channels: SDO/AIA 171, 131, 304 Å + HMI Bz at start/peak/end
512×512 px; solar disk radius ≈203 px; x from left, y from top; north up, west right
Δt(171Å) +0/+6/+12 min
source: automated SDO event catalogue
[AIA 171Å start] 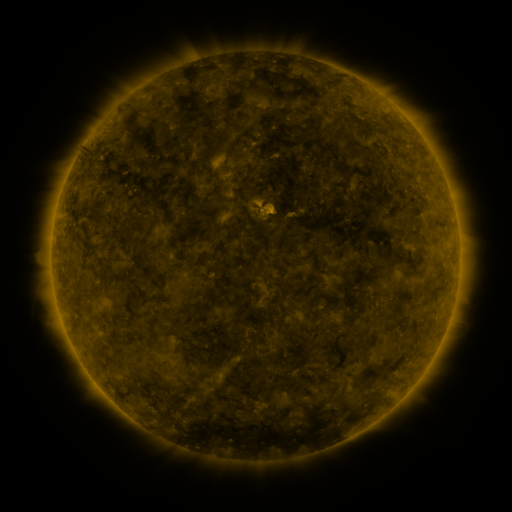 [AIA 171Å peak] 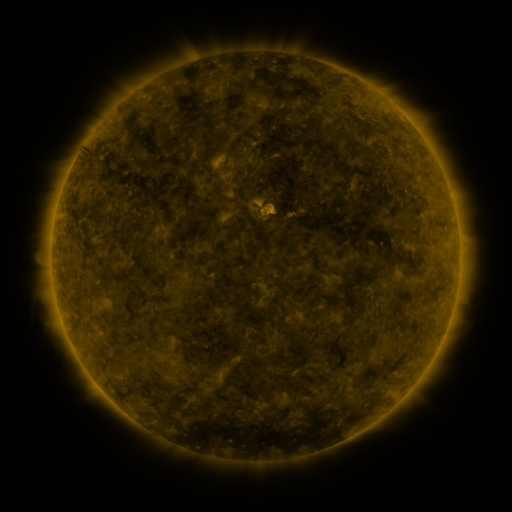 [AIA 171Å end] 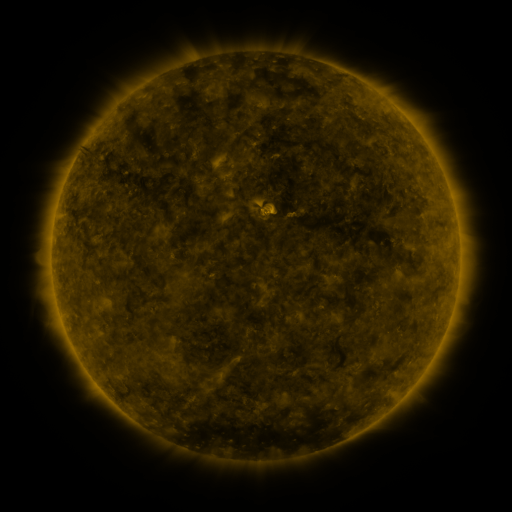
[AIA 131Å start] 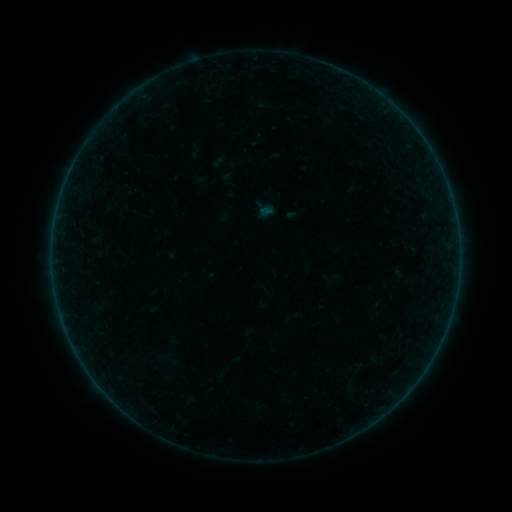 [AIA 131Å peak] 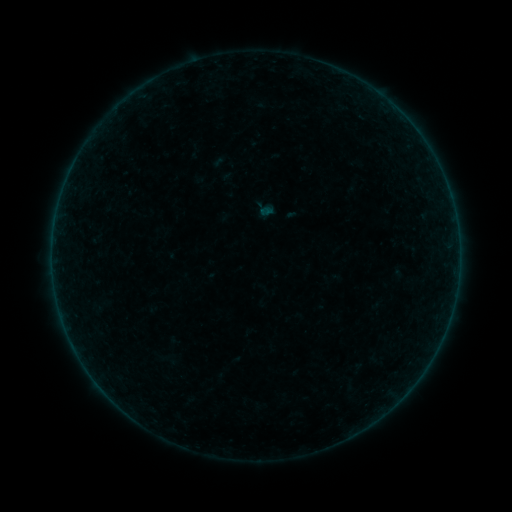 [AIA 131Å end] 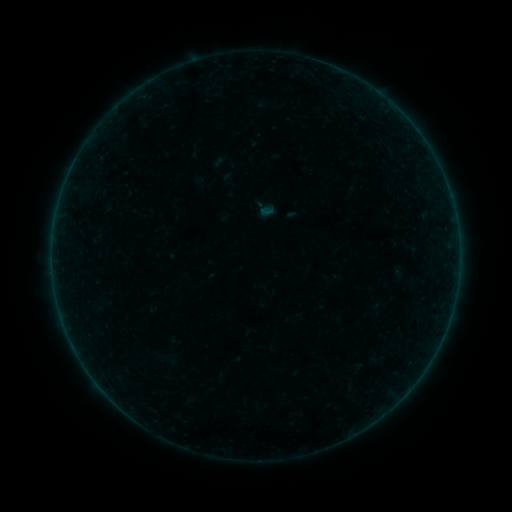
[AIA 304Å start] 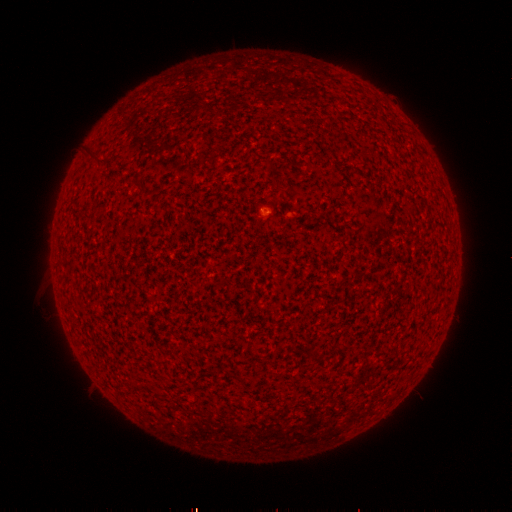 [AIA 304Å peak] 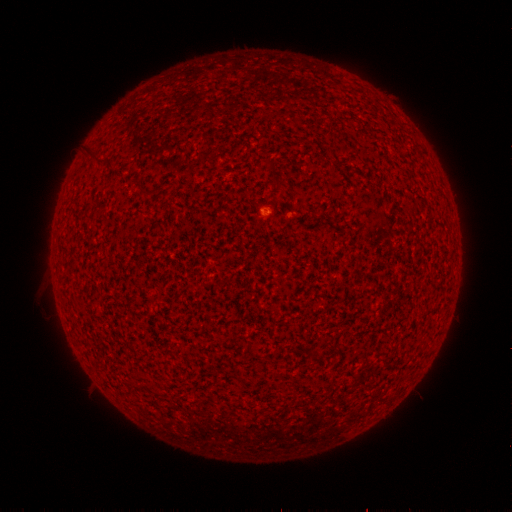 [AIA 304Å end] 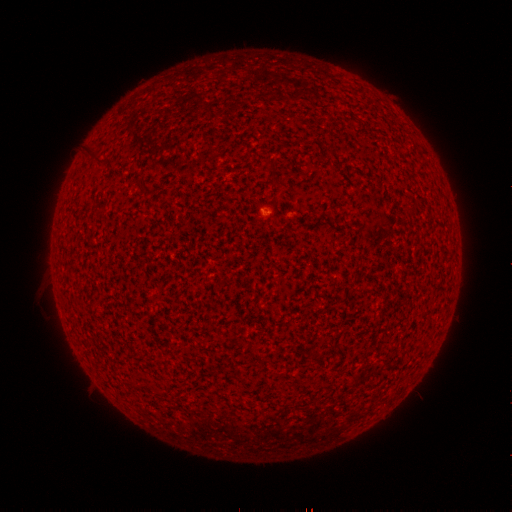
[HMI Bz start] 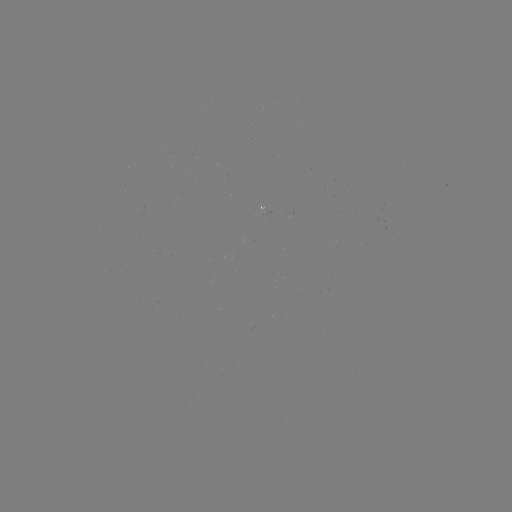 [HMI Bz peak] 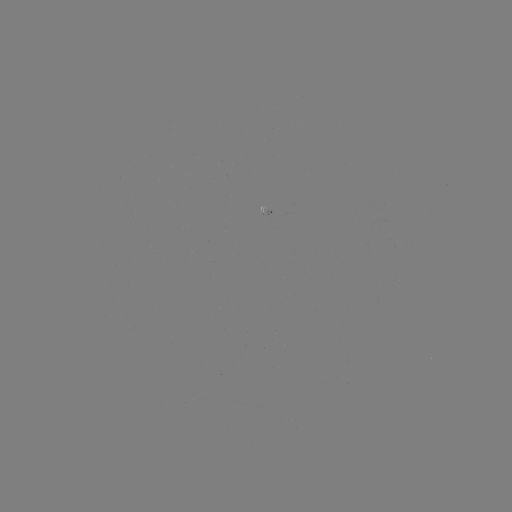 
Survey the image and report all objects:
A2.9 flare: (263, 216)
